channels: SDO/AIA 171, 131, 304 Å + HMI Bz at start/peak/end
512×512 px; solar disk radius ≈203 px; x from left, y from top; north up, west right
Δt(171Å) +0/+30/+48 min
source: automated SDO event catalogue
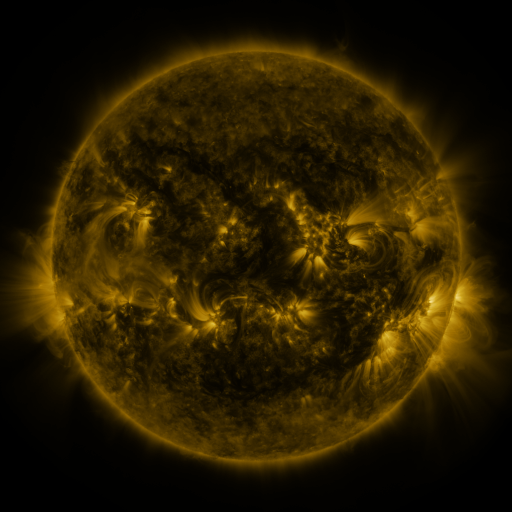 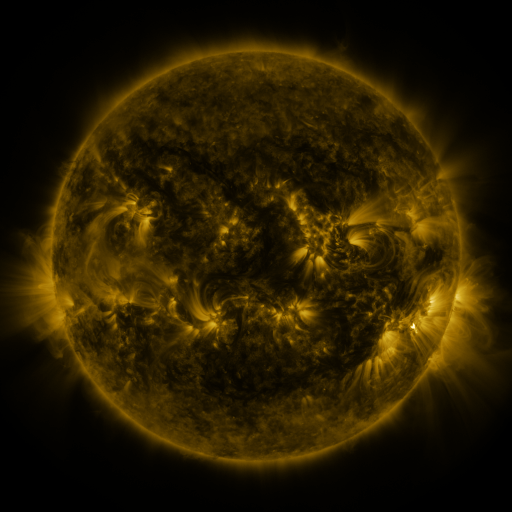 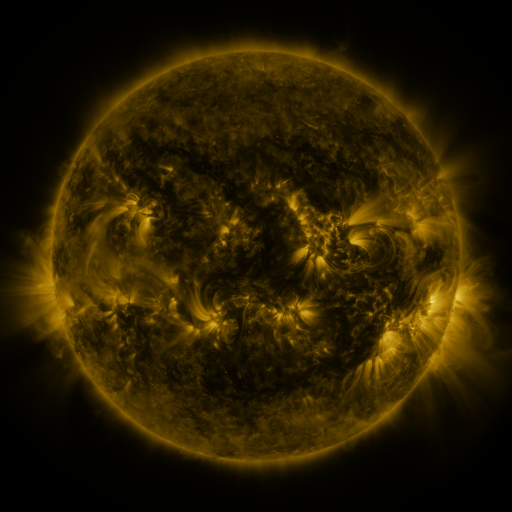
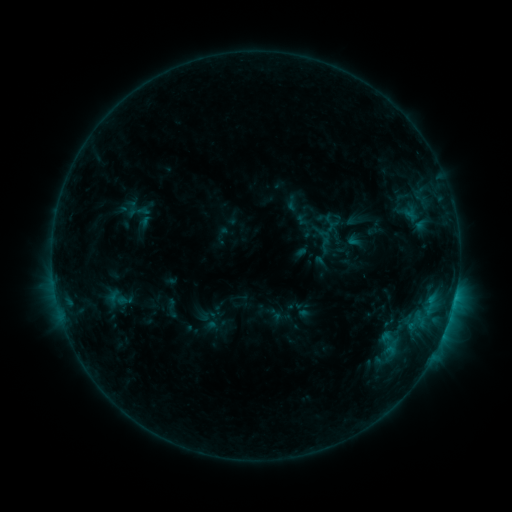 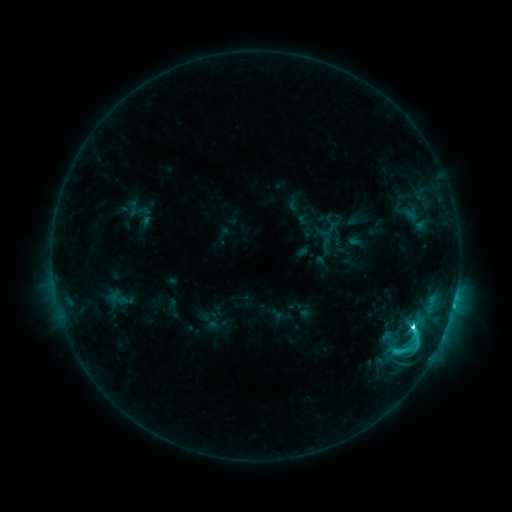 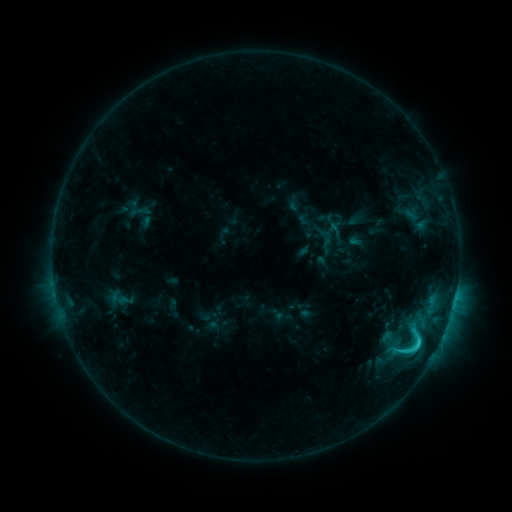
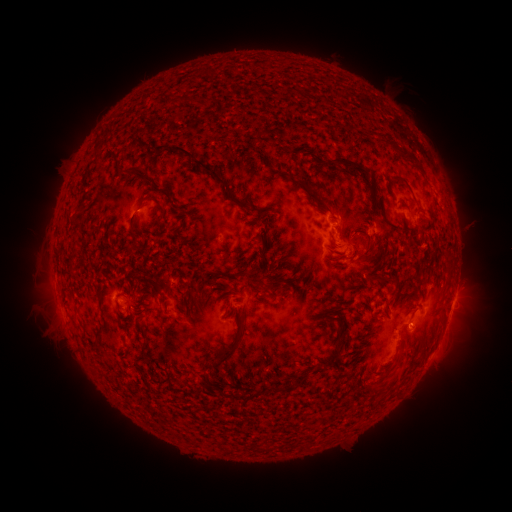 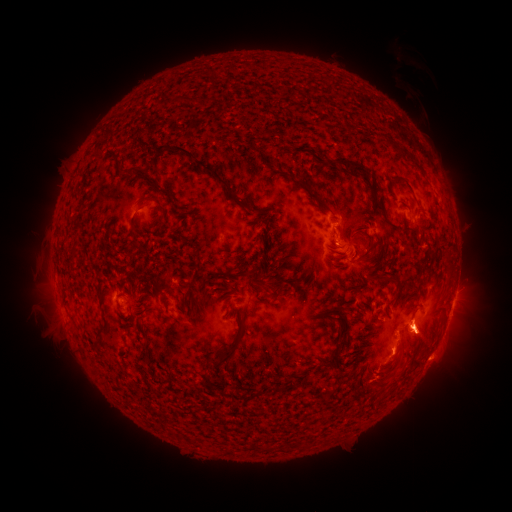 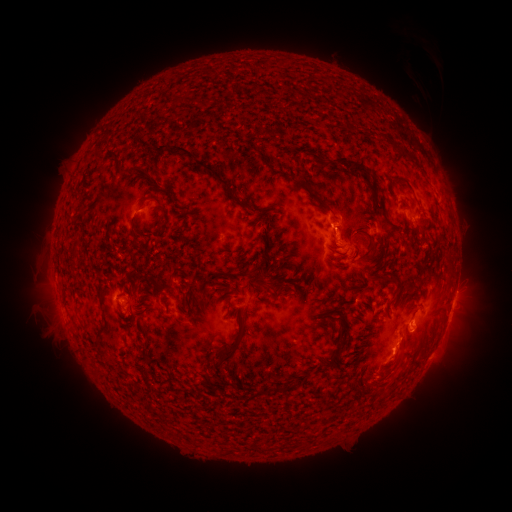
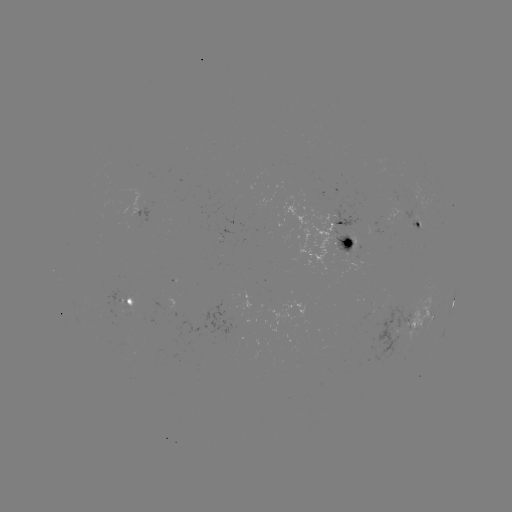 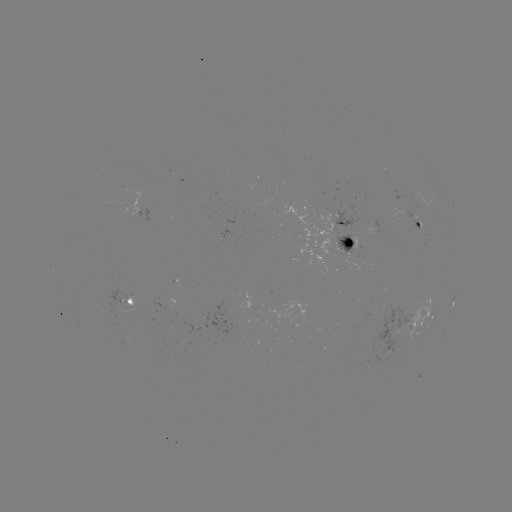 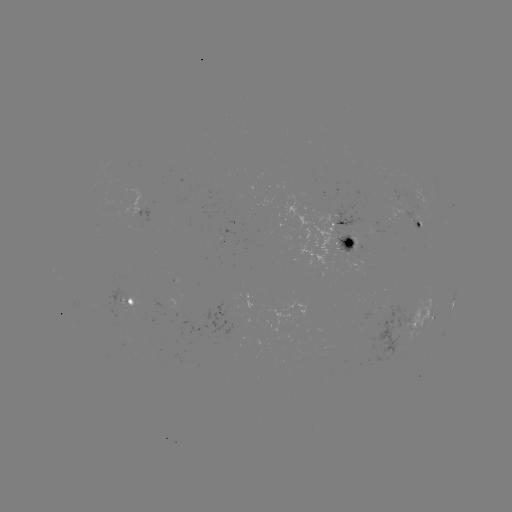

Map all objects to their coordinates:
C6.4 flare: (411, 326)
